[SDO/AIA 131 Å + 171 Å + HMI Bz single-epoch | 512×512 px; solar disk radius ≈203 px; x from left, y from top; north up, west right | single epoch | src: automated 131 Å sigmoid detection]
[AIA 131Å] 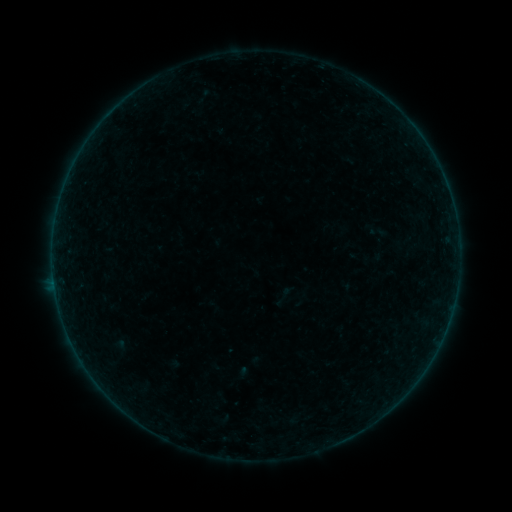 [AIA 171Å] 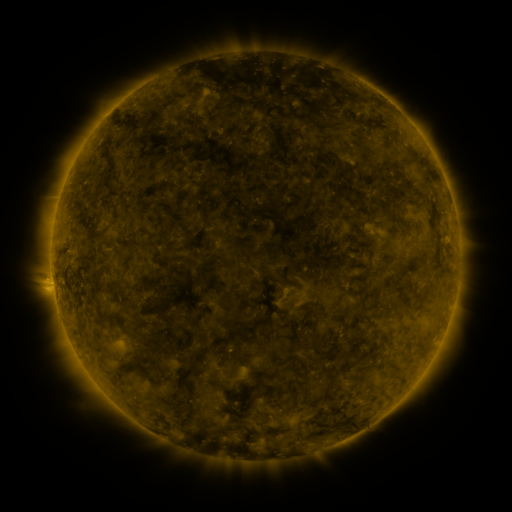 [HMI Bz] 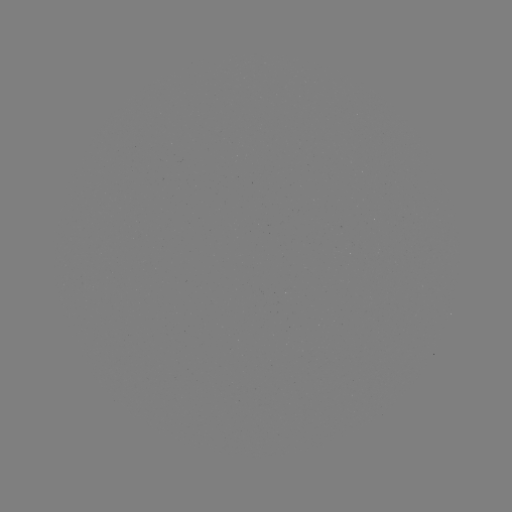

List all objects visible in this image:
sigmoid: (274, 286, 294, 306)
